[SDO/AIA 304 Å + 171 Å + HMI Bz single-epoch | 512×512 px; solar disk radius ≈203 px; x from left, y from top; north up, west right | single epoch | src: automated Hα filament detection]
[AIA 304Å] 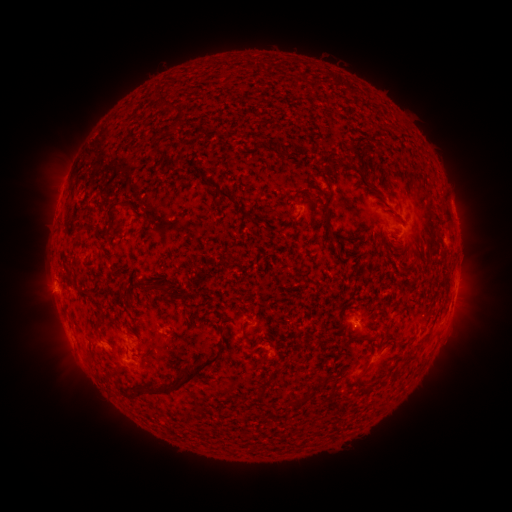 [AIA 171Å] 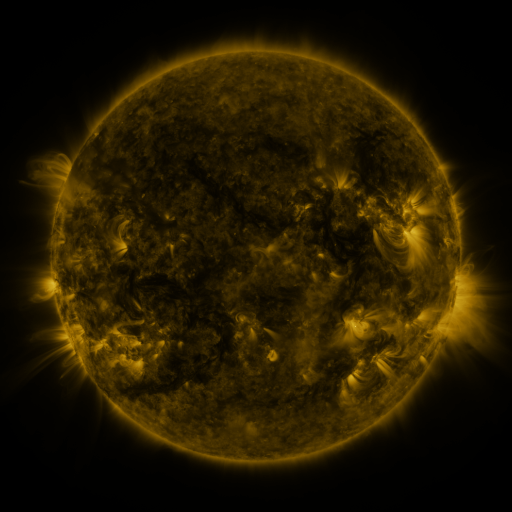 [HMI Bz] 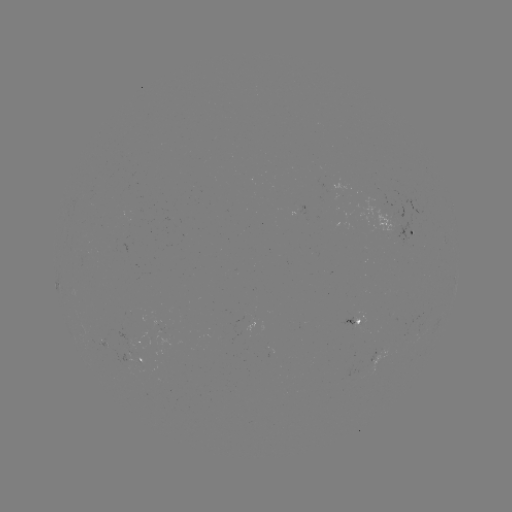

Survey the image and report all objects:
filament: (214, 86)
filament: (214, 109)
filament: (188, 122)
filament: (232, 173)
filament: (128, 175)
filament: (101, 183)
filament: (241, 190)
filament: (261, 219)
filament: (332, 219)
filament: (387, 220)
filament: (333, 242)
filament: (85, 244)
filament: (234, 253)
filament: (151, 257)
filament: (450, 271)
filament: (83, 324)
filament: (223, 327)
filament: (227, 346)
filament: (157, 354)
filament: (355, 378)
filament: (225, 383)
filament: (329, 397)
filament: (259, 406)
filament: (323, 416)
